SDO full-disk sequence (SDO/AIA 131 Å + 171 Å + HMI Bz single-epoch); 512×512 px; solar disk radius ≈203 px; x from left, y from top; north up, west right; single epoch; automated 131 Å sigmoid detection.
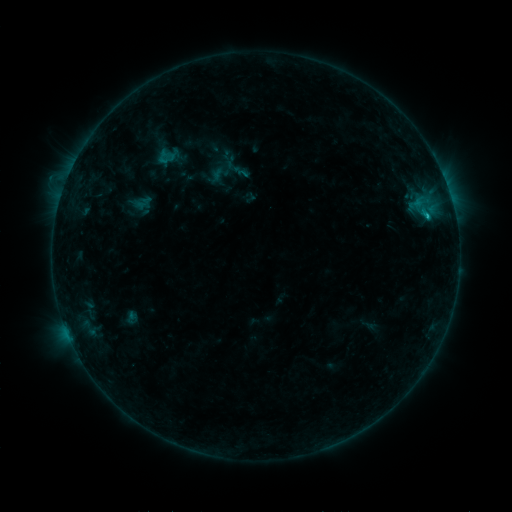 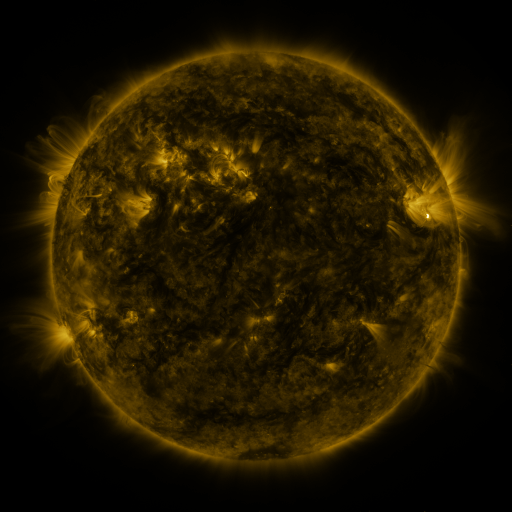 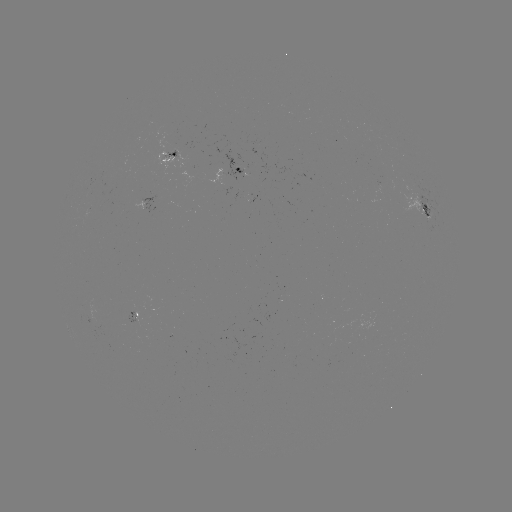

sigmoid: (158, 150, 175, 167)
